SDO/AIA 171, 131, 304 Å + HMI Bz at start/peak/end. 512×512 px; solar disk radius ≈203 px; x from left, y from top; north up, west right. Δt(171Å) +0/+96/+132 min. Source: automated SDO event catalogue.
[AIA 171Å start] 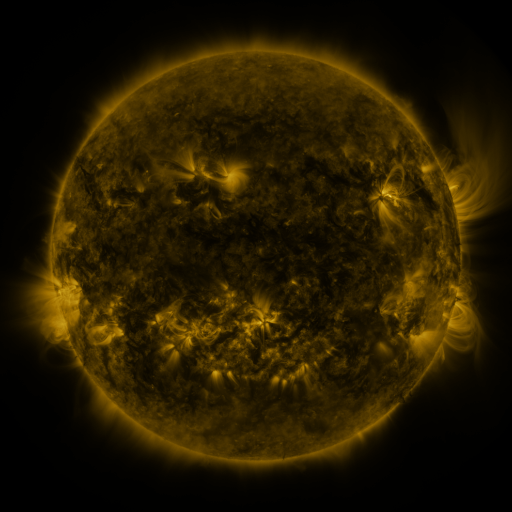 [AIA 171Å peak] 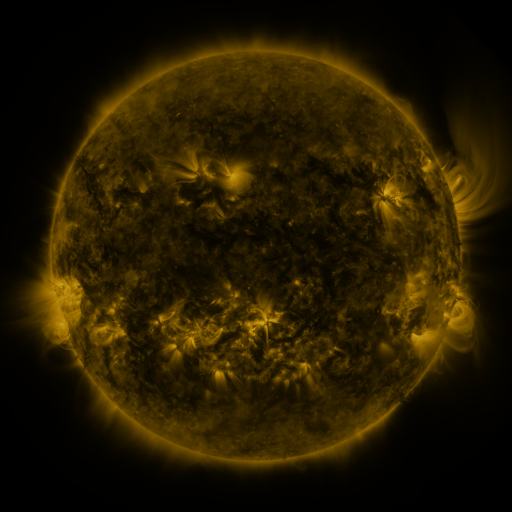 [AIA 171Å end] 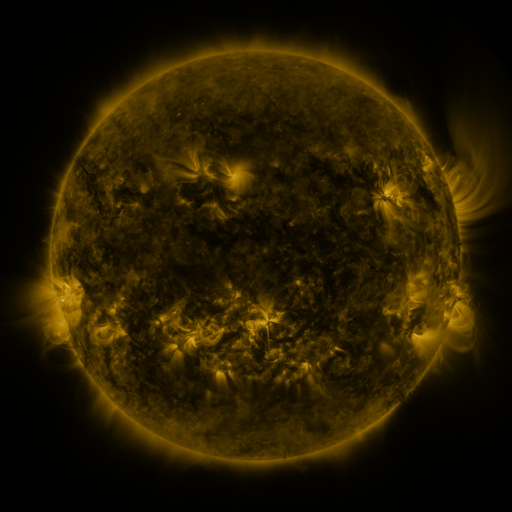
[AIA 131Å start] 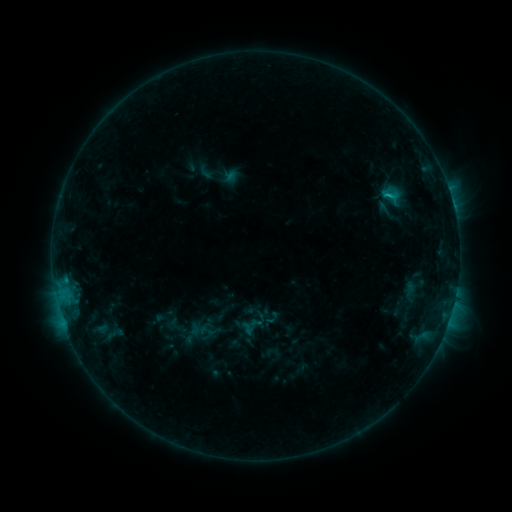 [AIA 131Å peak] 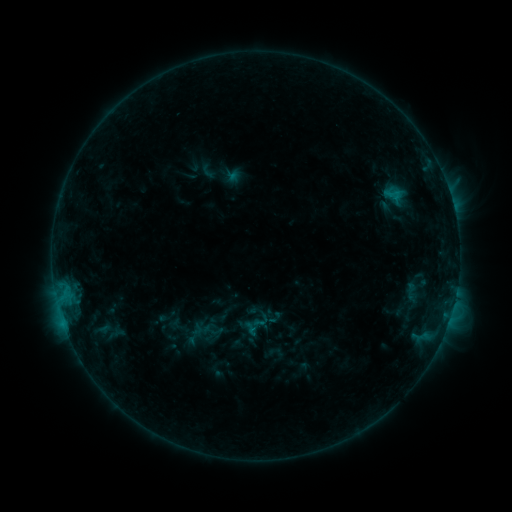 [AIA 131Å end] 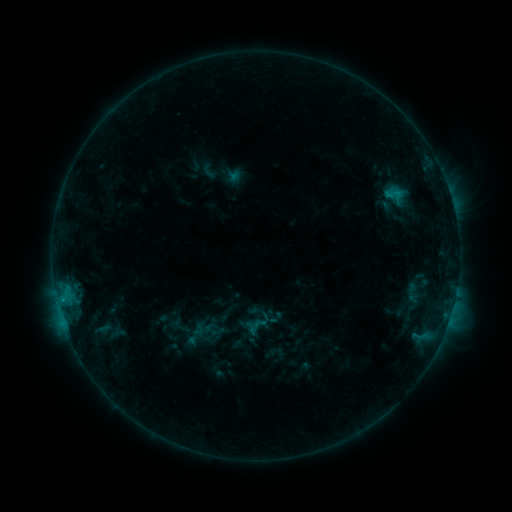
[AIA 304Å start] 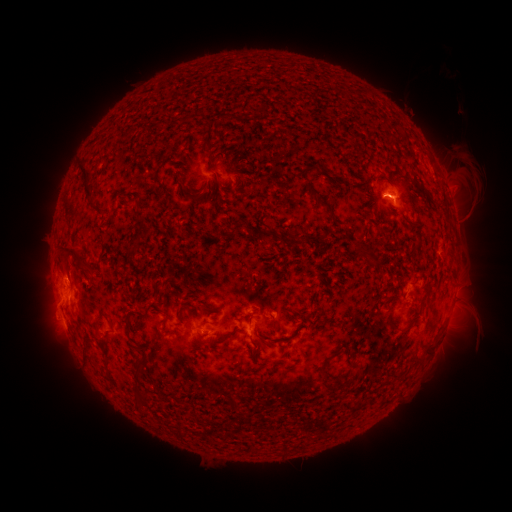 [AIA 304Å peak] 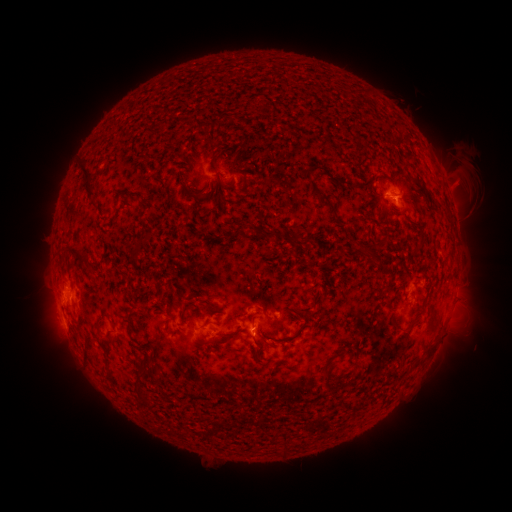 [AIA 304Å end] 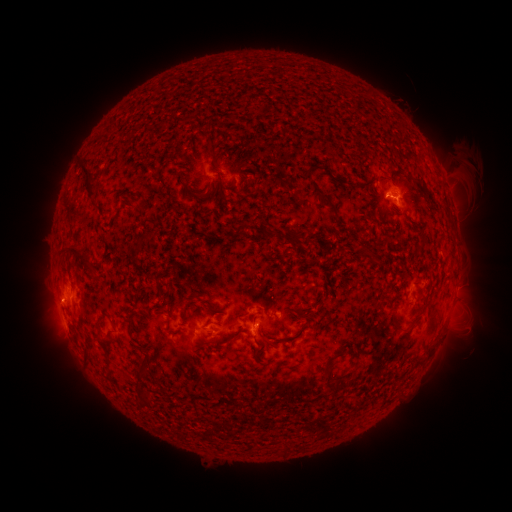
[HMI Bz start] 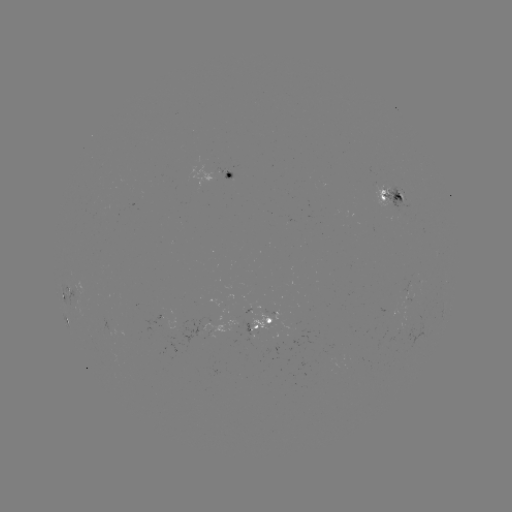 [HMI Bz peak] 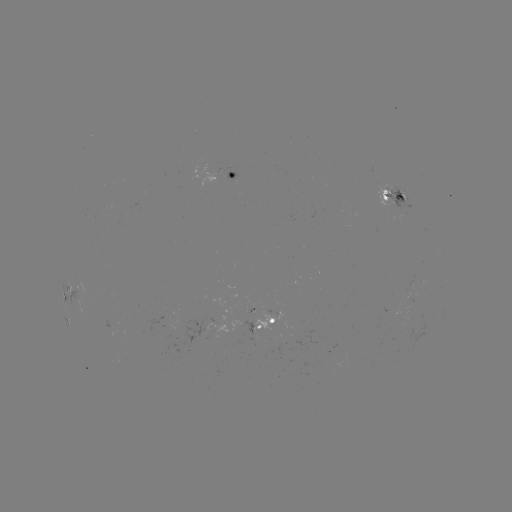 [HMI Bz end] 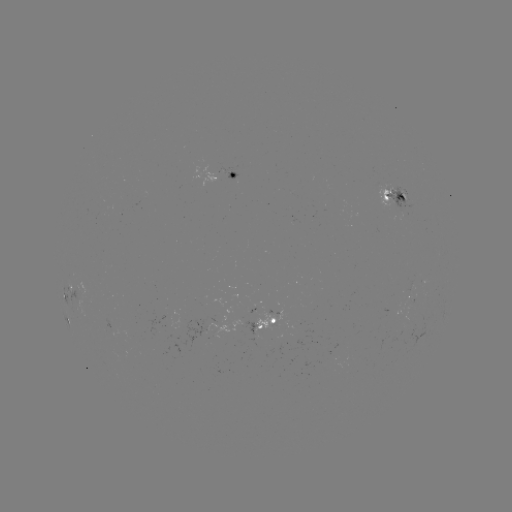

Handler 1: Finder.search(emerging-flux region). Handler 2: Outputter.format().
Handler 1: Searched emerging-flux region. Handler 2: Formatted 228,170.